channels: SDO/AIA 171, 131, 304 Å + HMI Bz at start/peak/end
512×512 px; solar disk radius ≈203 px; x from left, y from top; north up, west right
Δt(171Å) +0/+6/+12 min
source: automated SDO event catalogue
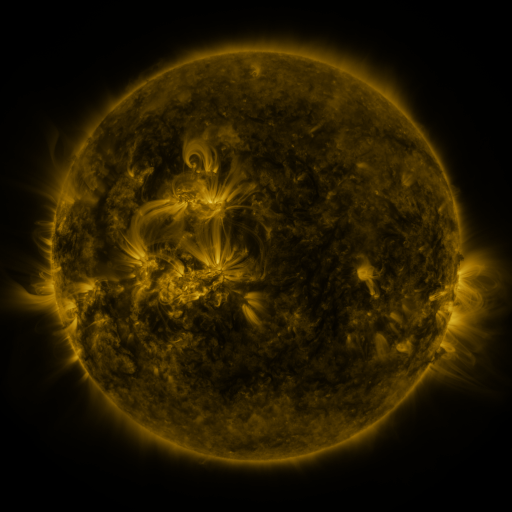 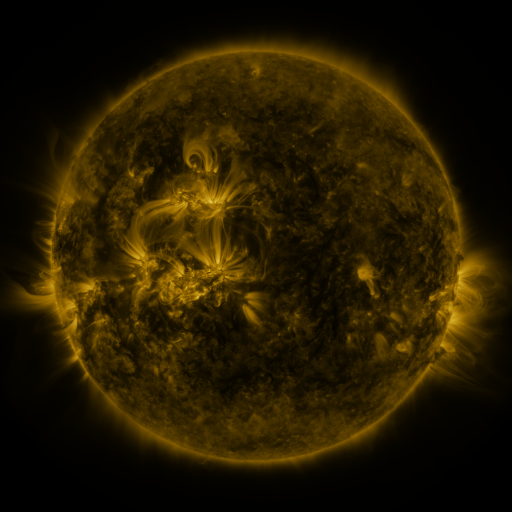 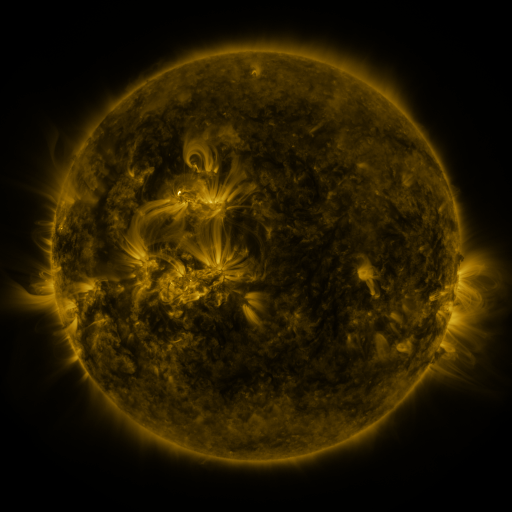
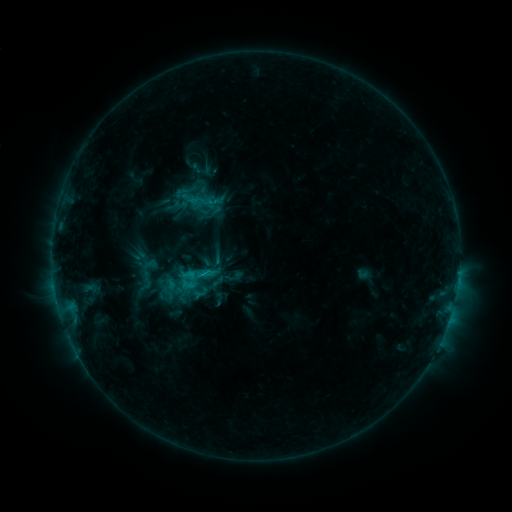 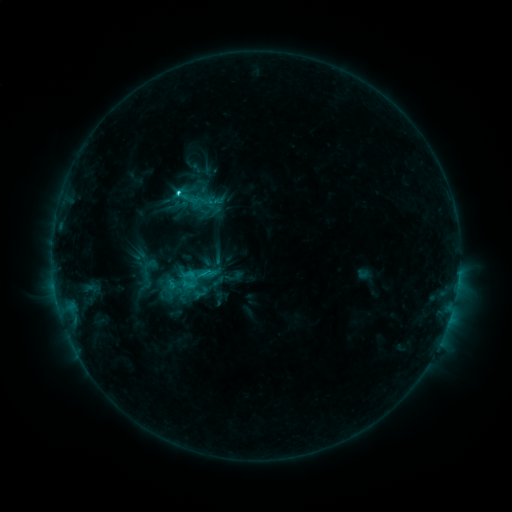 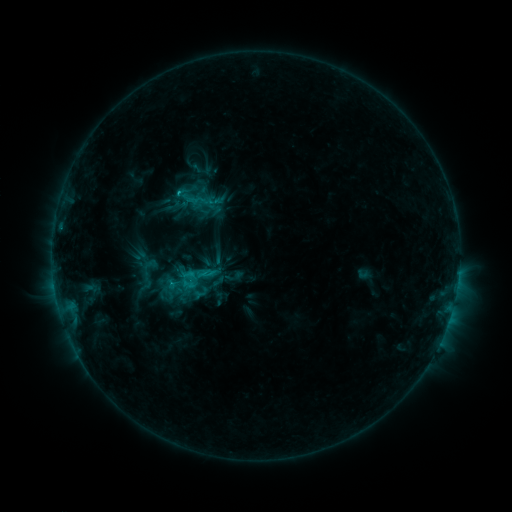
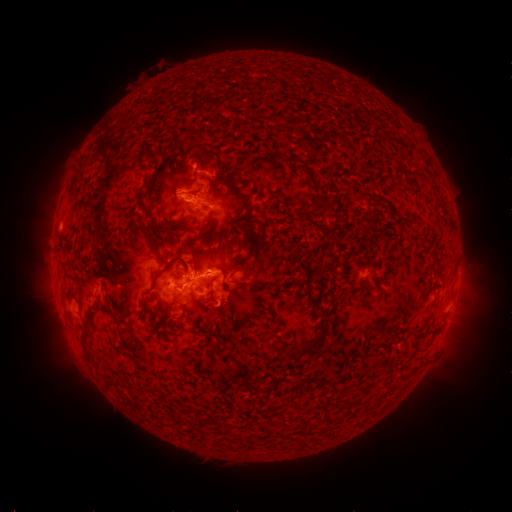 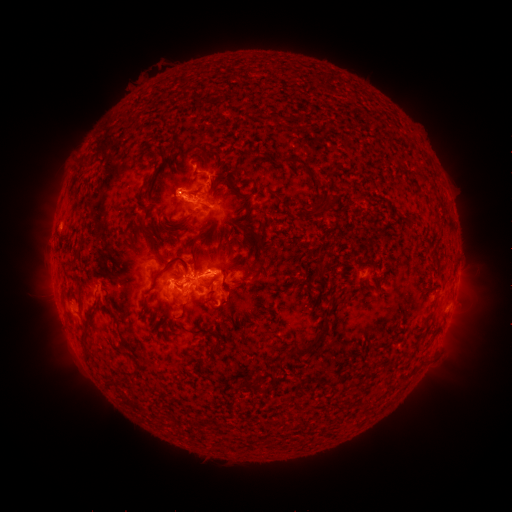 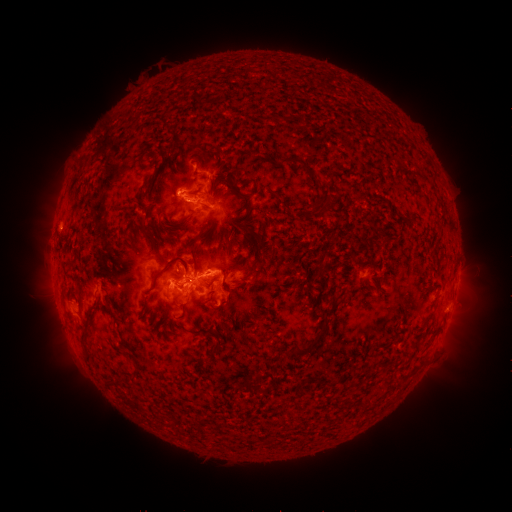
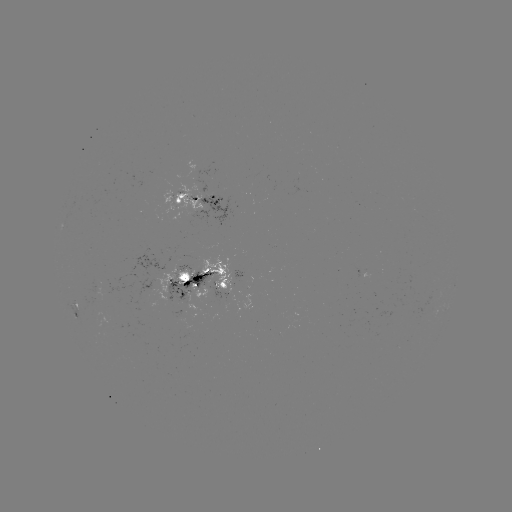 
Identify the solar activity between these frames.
C2.7 flare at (181, 194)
